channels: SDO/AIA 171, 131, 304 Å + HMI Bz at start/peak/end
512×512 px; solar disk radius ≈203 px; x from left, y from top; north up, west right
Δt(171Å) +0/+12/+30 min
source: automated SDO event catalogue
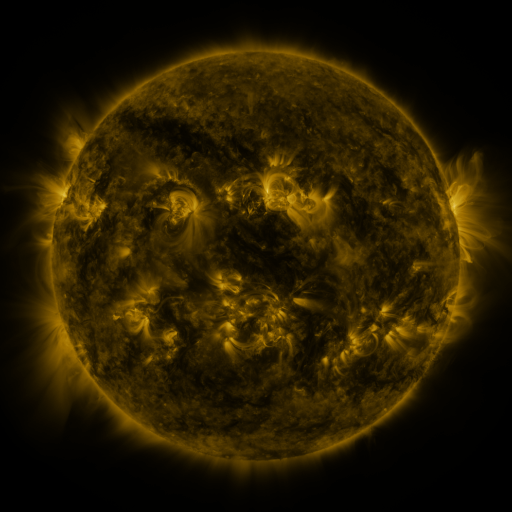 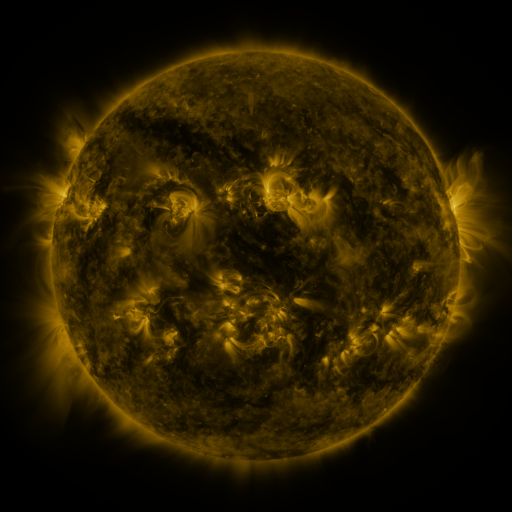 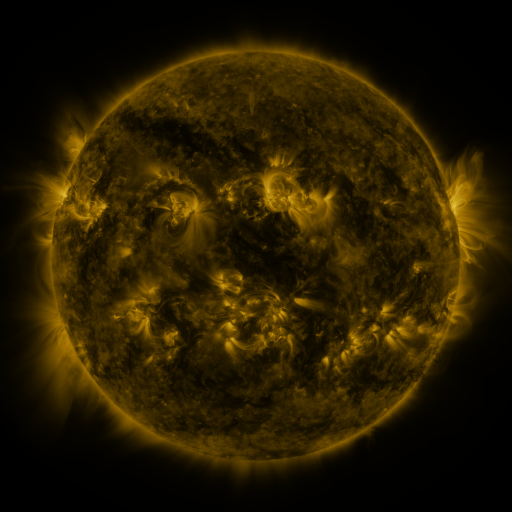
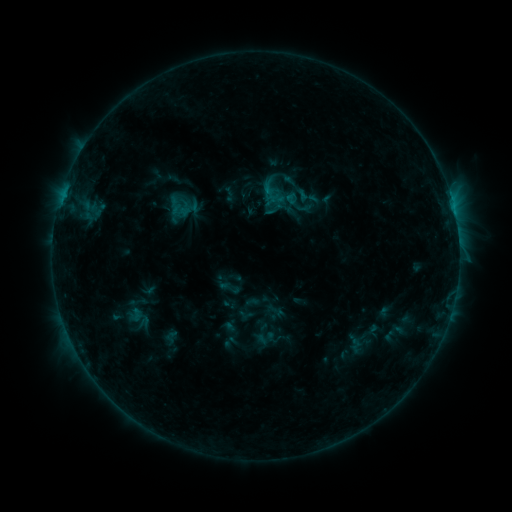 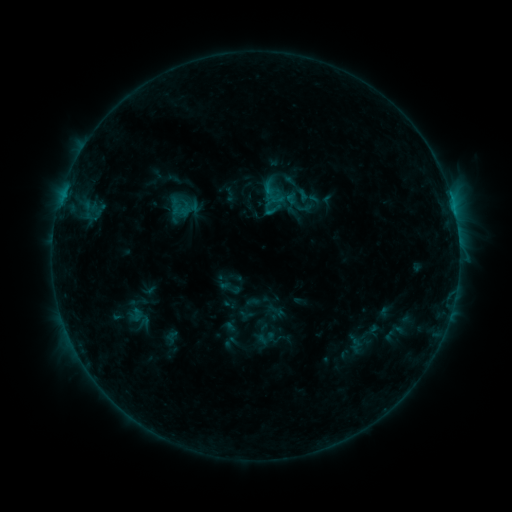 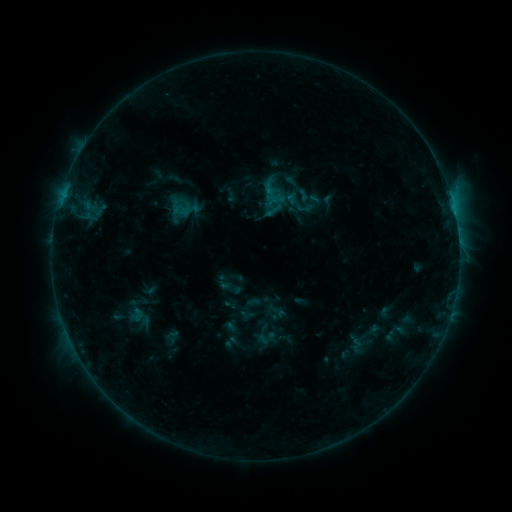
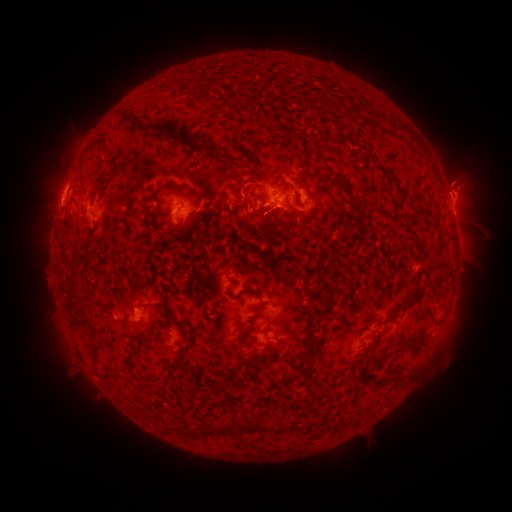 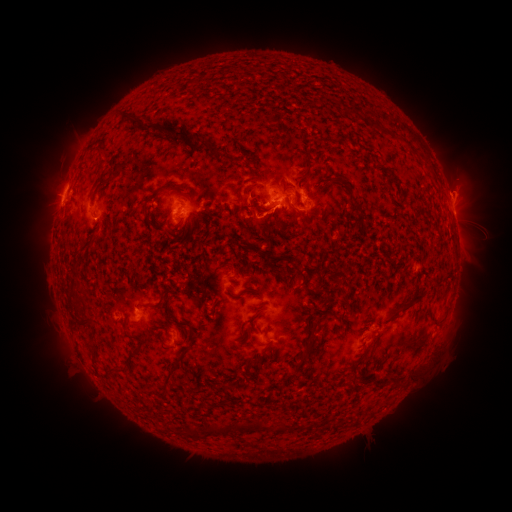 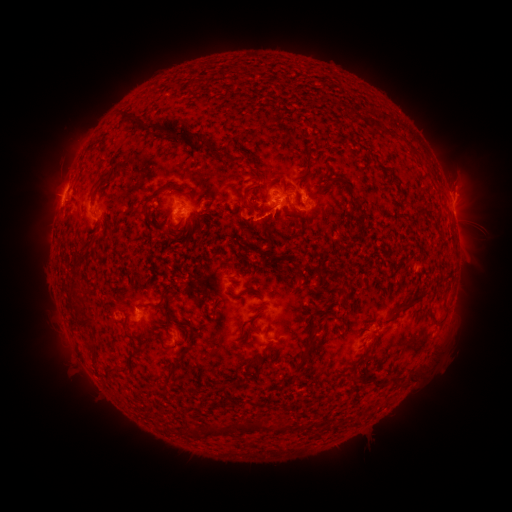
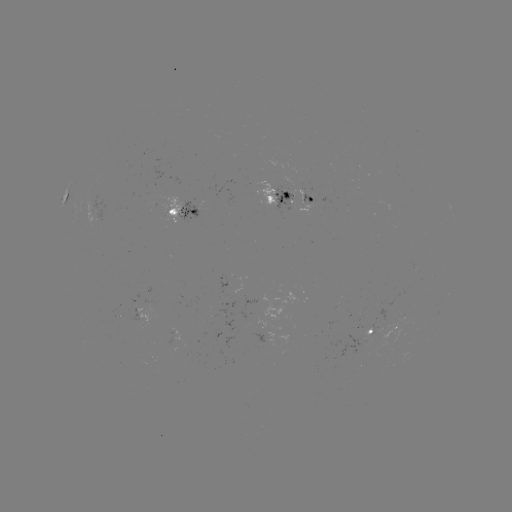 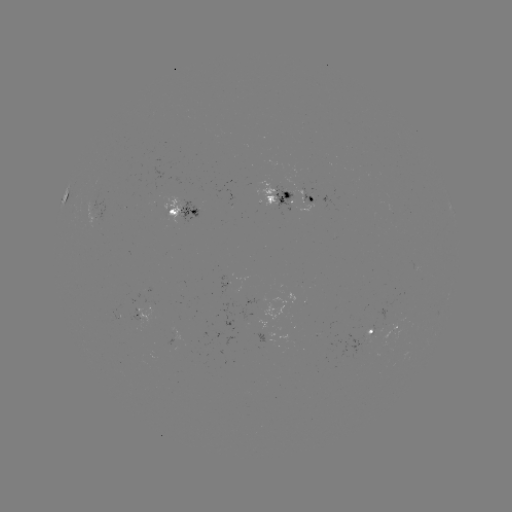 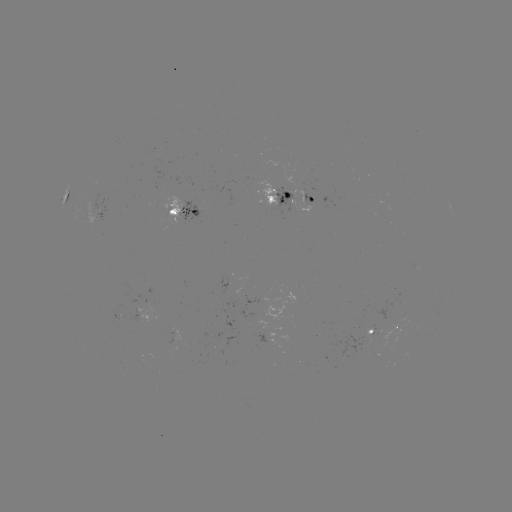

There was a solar eruption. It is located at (251, 200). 